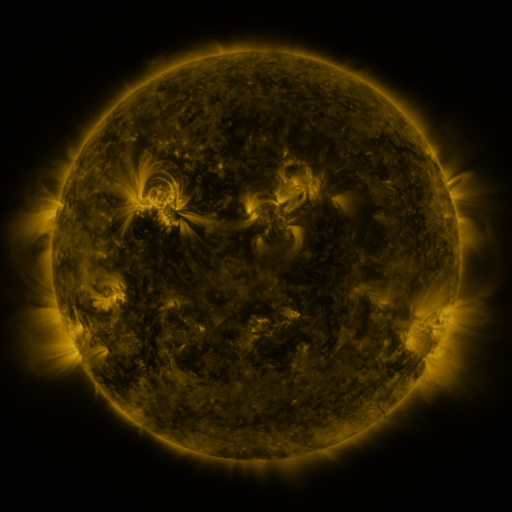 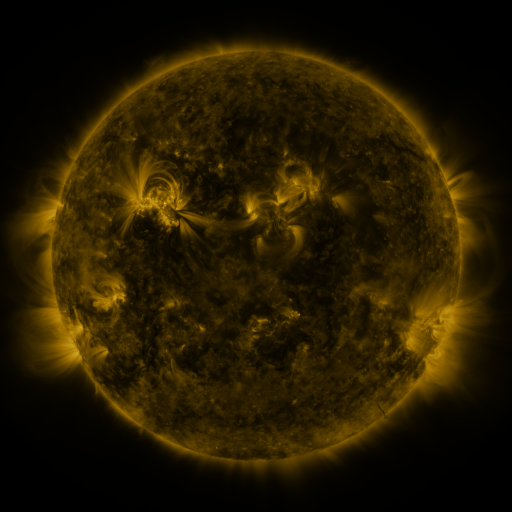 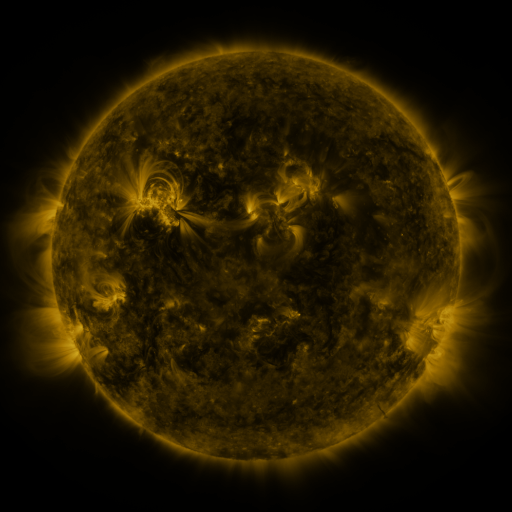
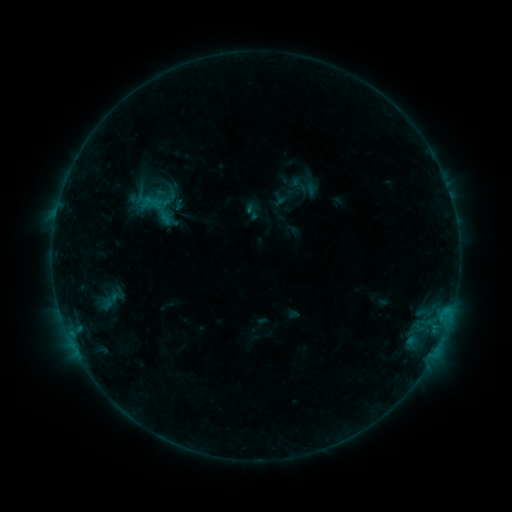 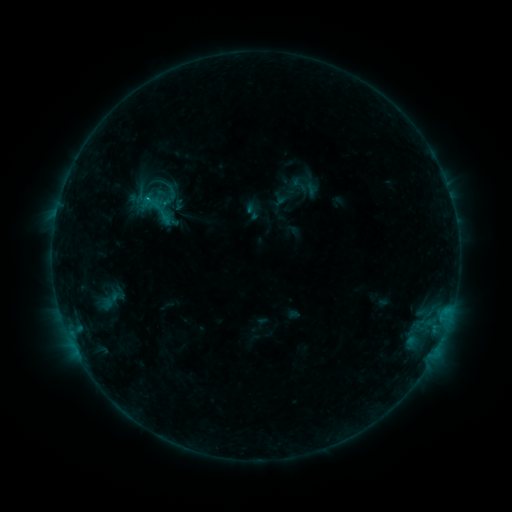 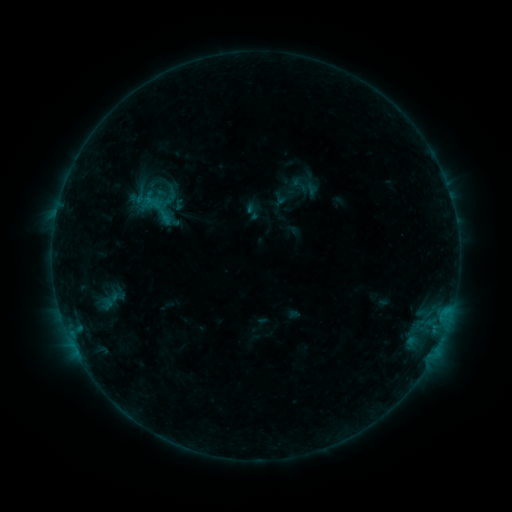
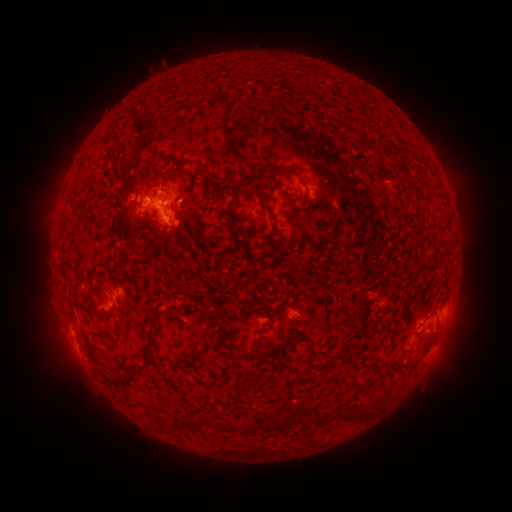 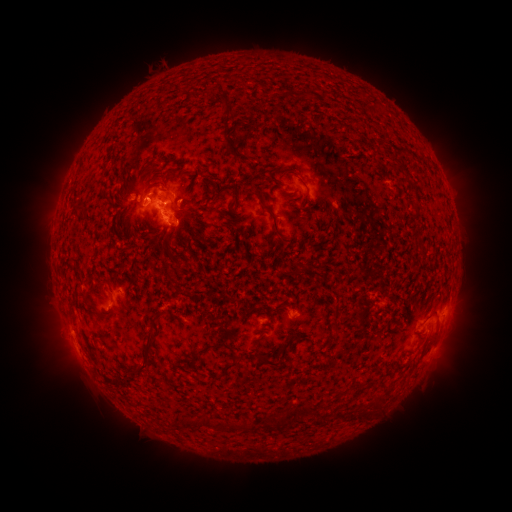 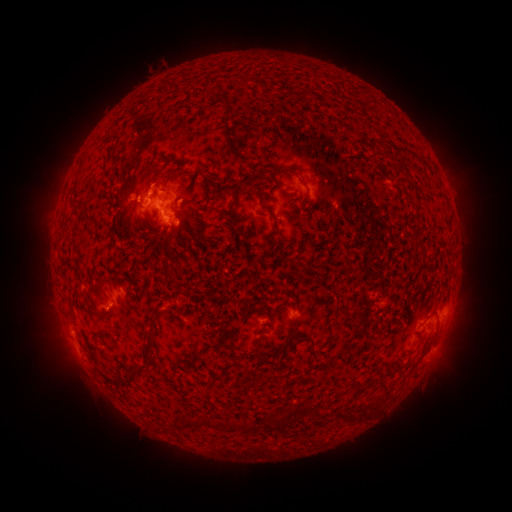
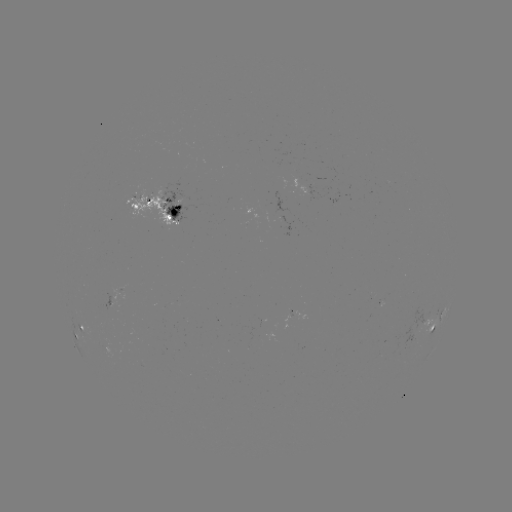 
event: eruption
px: (149, 179)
